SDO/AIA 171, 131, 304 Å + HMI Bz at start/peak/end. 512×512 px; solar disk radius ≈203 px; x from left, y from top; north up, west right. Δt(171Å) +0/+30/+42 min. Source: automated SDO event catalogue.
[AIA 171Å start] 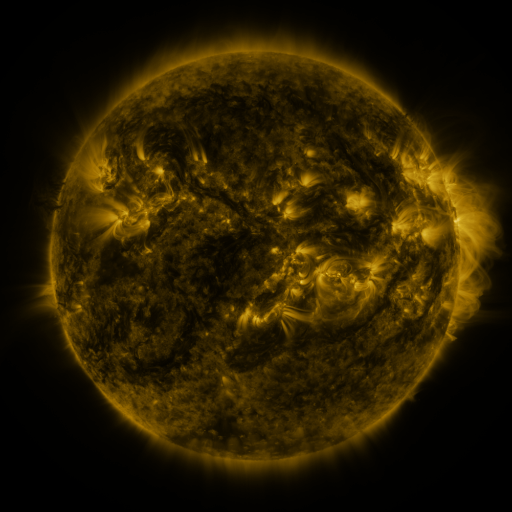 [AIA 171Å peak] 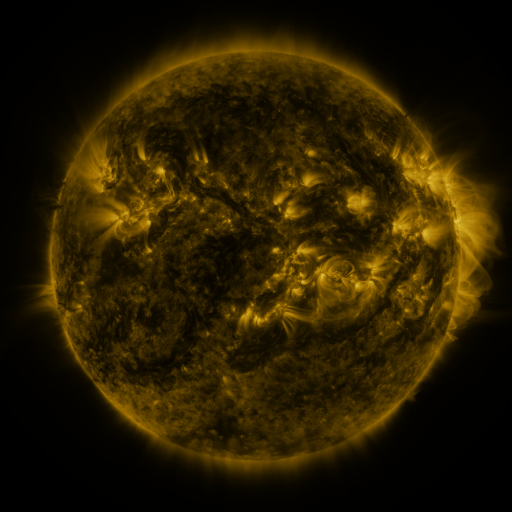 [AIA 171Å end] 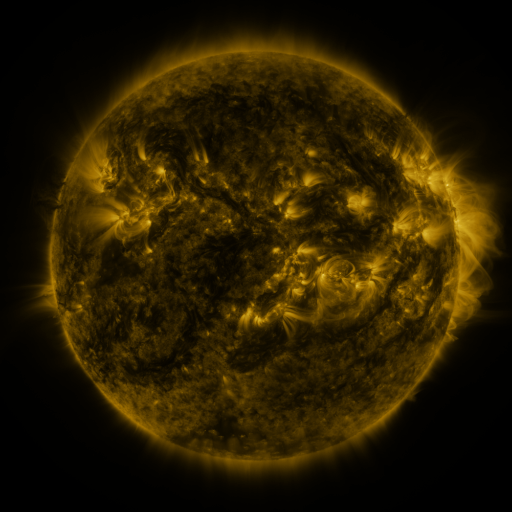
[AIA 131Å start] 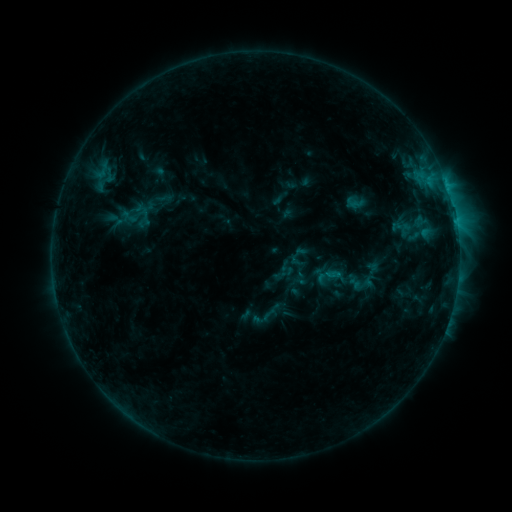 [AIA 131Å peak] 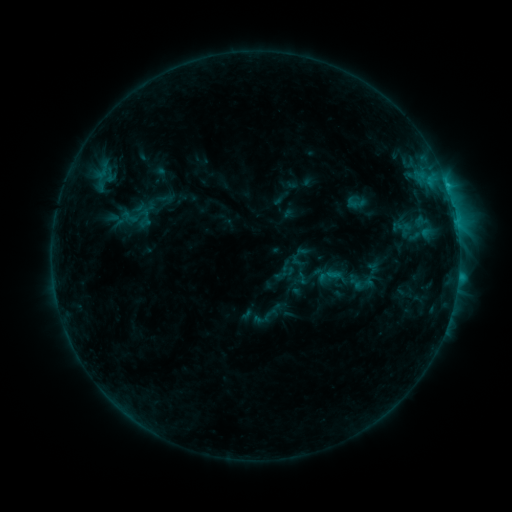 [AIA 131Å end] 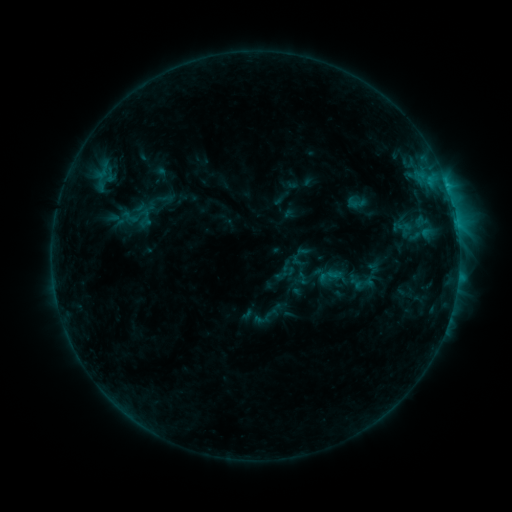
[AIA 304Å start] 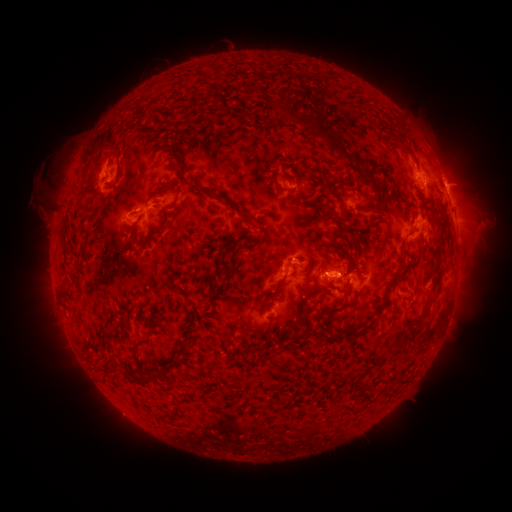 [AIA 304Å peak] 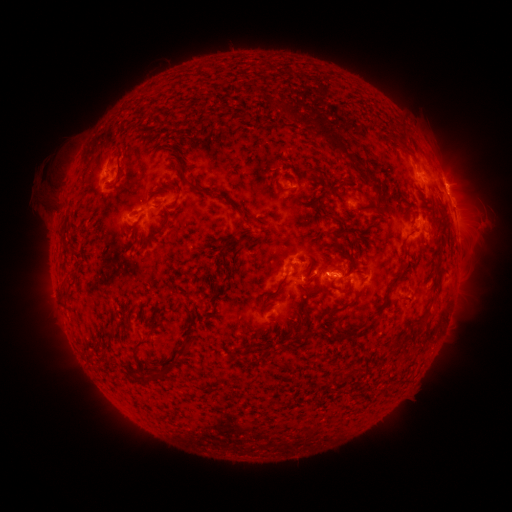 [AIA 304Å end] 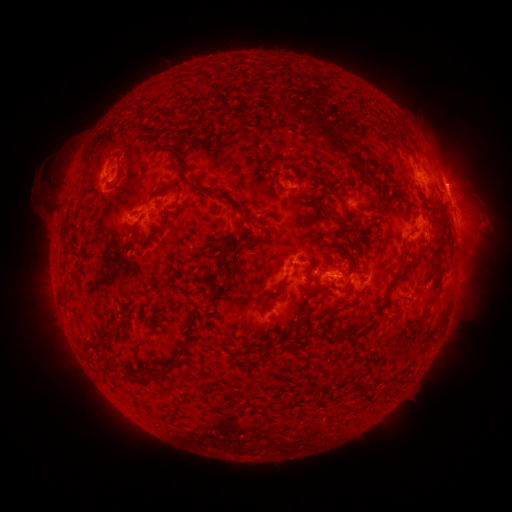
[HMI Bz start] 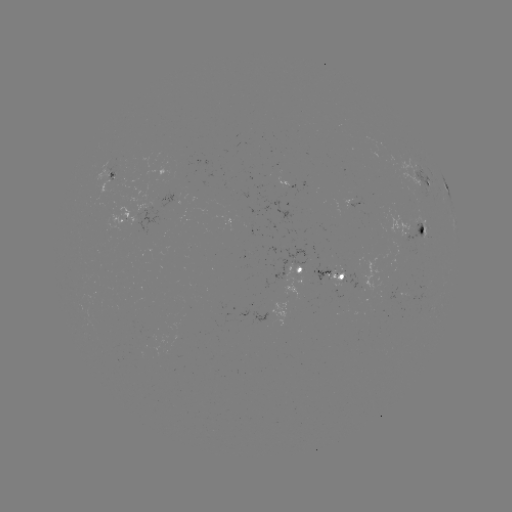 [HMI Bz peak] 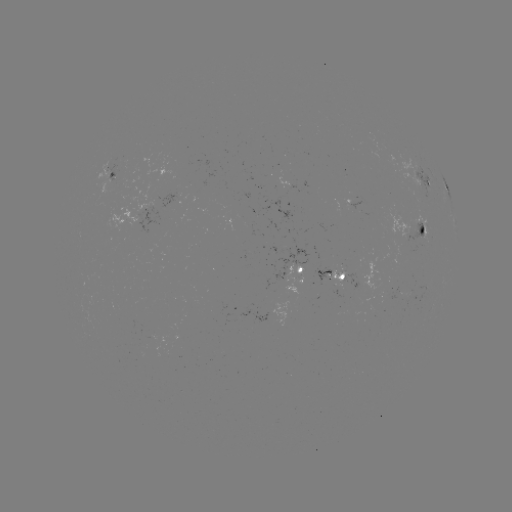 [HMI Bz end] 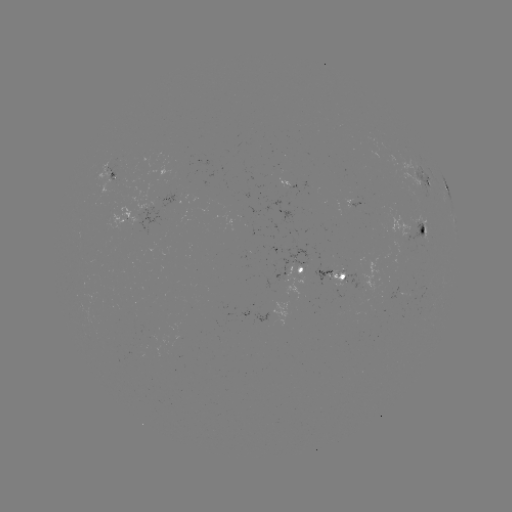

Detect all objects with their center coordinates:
C1.4 flare: (445, 190)
